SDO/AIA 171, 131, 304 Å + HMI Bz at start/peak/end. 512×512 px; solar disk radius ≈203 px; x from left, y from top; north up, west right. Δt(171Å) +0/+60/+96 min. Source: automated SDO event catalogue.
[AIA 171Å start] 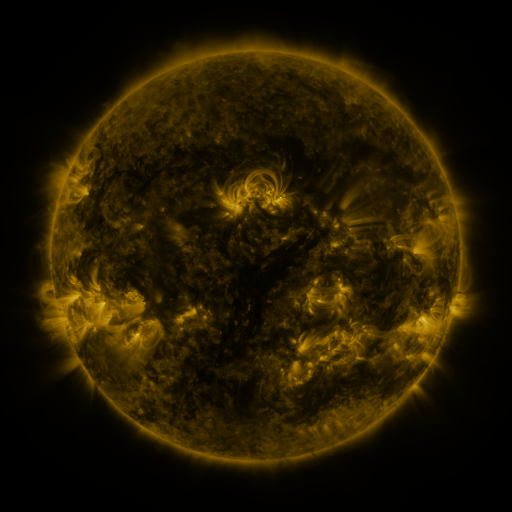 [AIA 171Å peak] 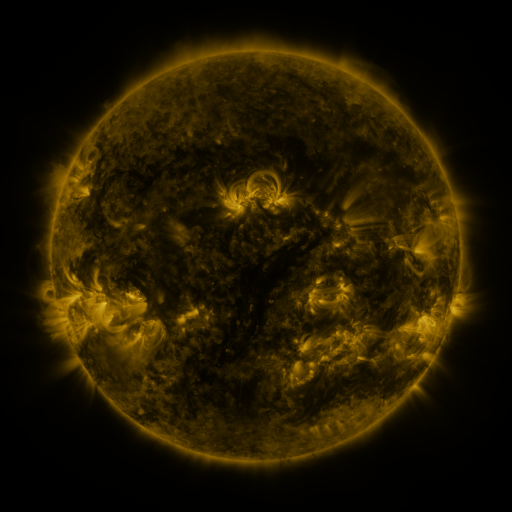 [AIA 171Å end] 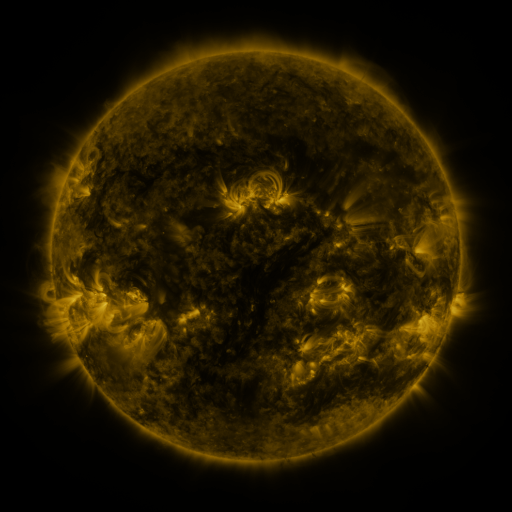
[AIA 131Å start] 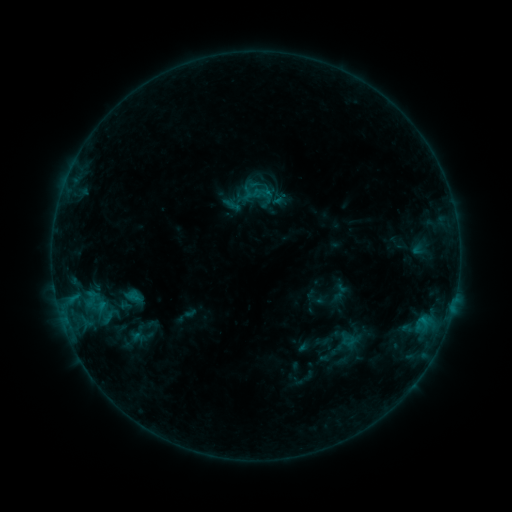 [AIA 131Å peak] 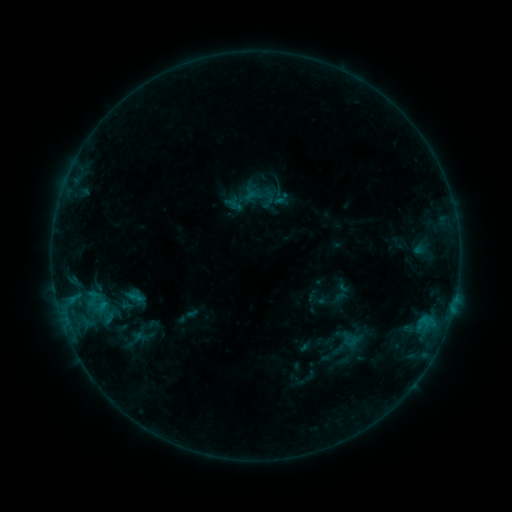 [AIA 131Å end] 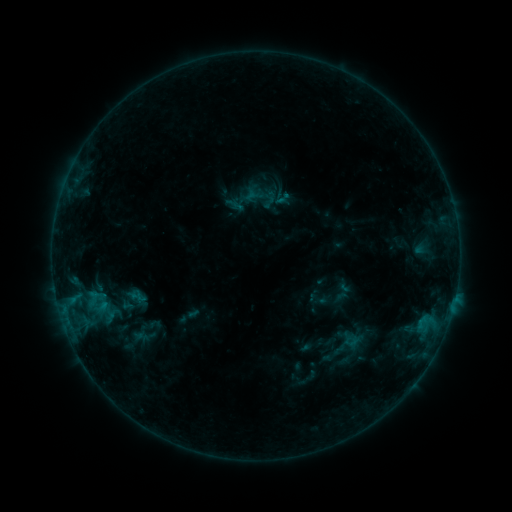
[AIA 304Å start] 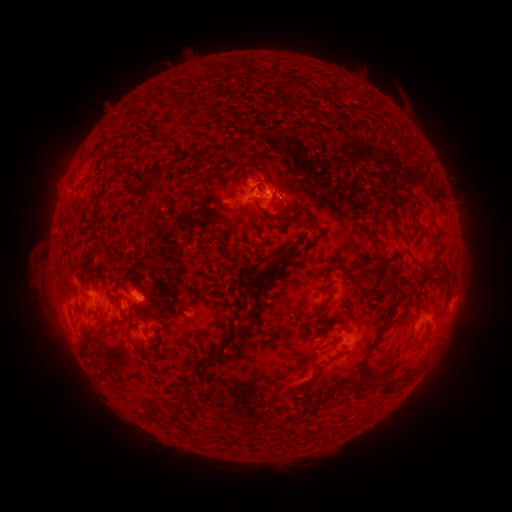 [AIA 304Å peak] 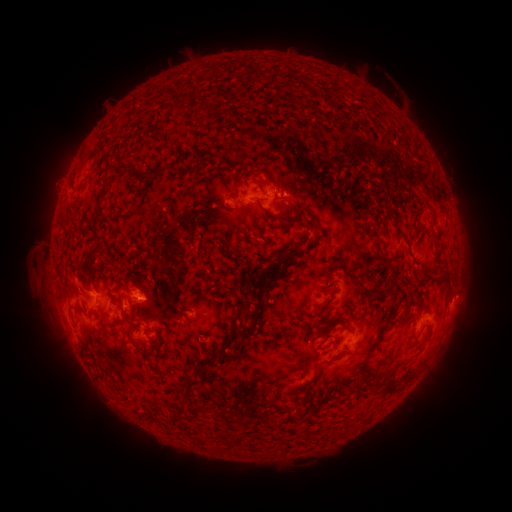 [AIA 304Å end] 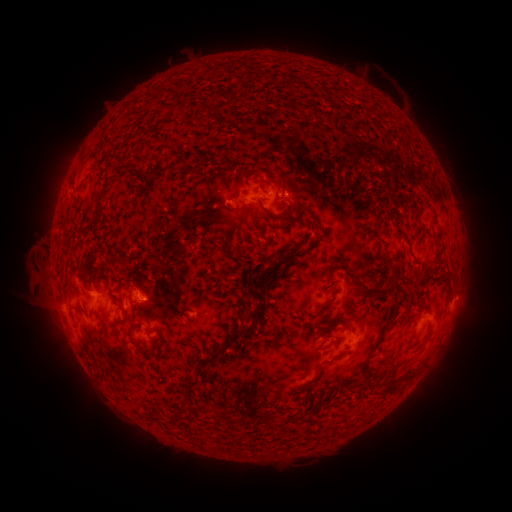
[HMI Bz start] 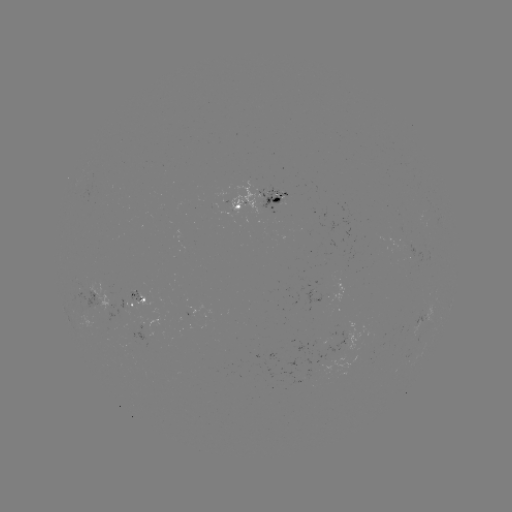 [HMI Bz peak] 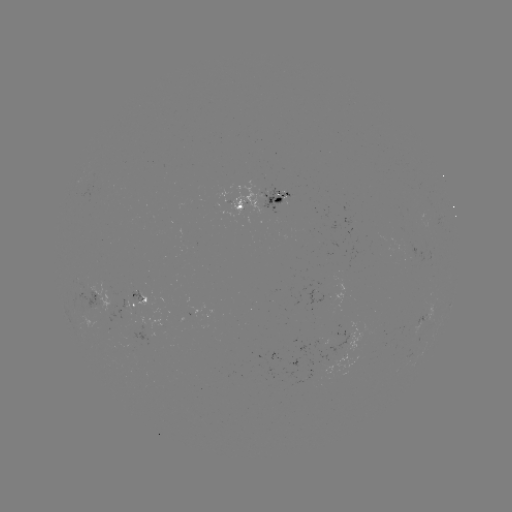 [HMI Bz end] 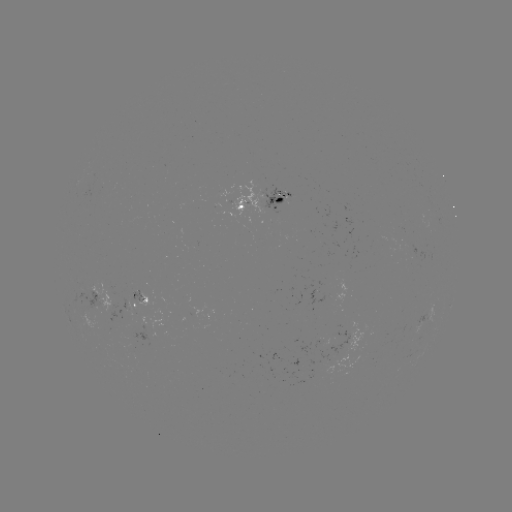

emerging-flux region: <bbox>109, 322, 151, 350</bbox>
